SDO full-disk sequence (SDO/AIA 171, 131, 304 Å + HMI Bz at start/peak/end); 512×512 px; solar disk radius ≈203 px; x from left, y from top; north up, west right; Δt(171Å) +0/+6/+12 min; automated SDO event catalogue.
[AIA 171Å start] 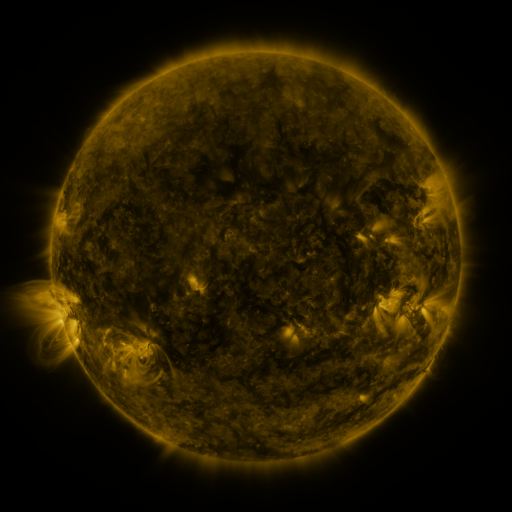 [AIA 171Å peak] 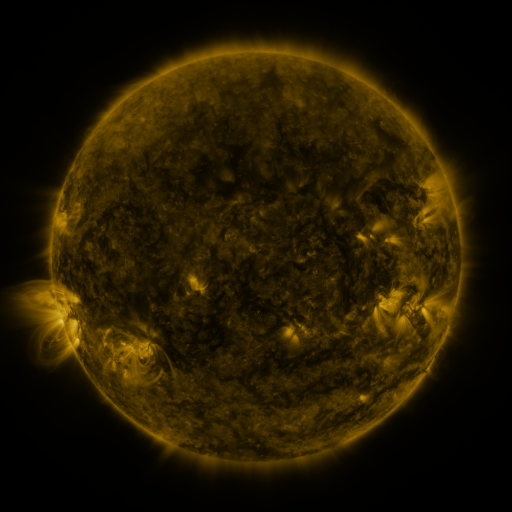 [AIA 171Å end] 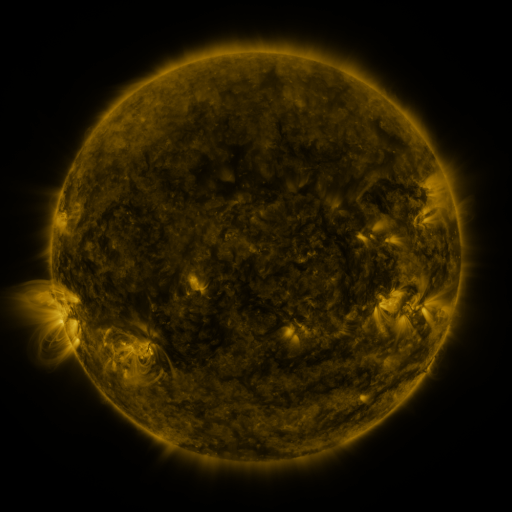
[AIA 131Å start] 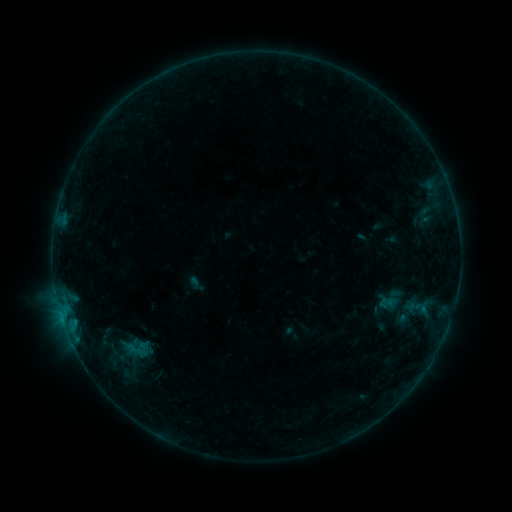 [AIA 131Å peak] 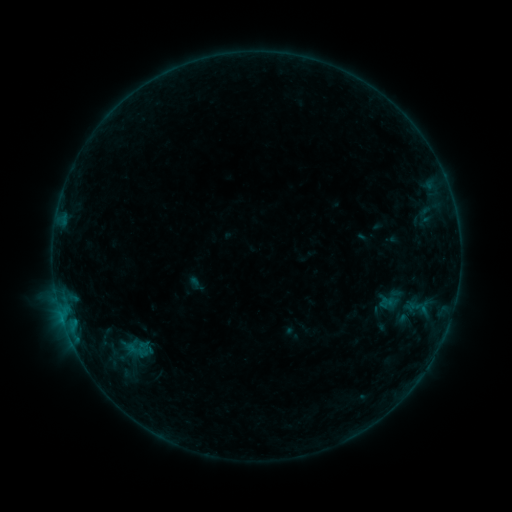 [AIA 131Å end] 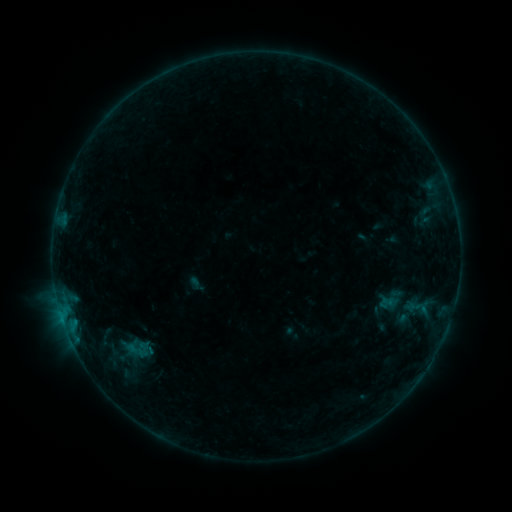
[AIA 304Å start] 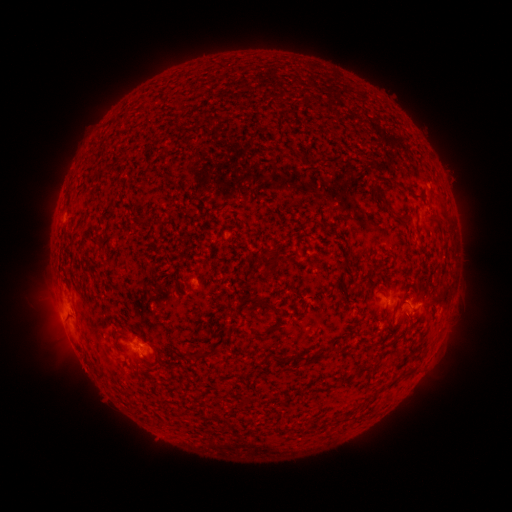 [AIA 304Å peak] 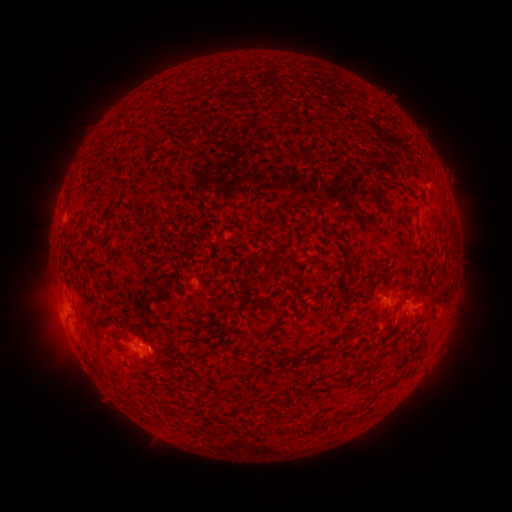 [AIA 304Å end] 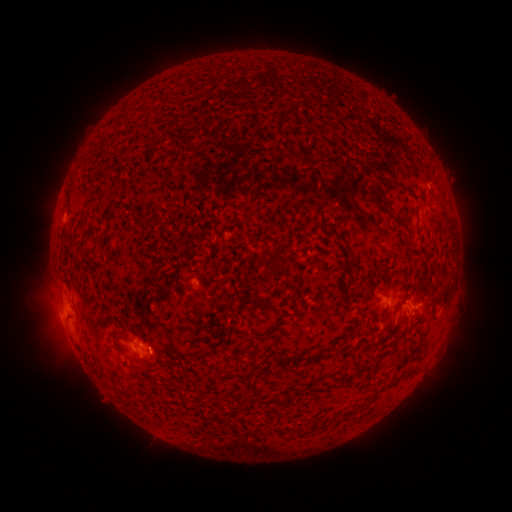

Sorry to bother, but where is B2.7 flare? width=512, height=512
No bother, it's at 131,346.